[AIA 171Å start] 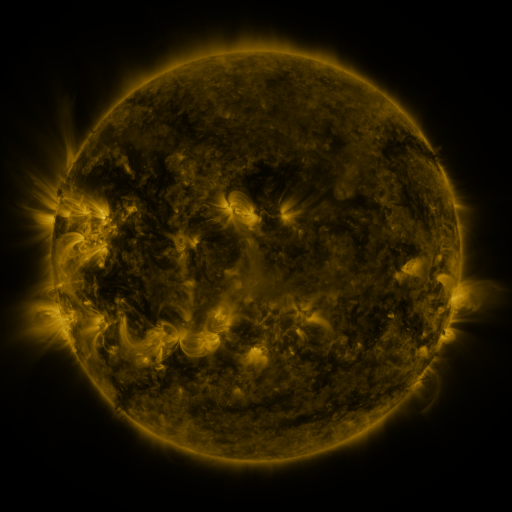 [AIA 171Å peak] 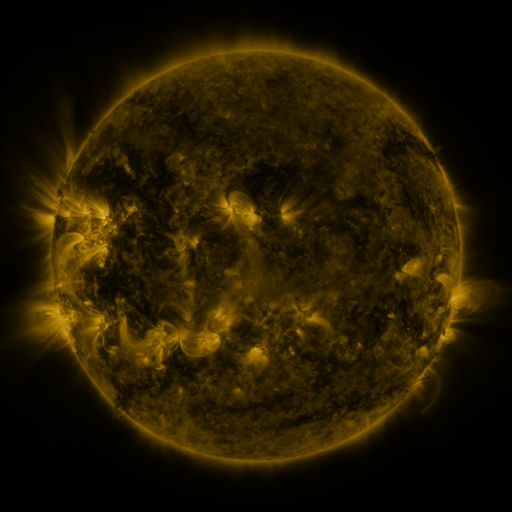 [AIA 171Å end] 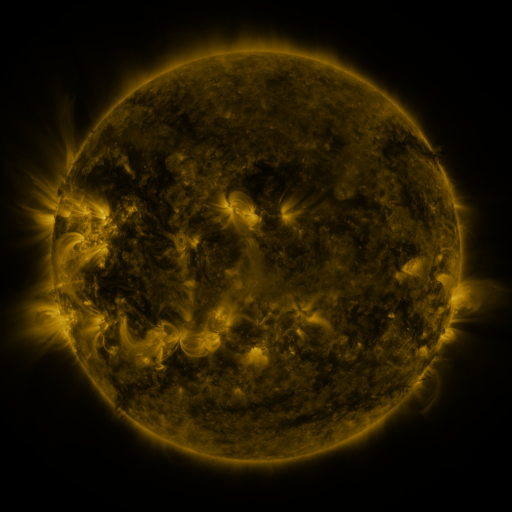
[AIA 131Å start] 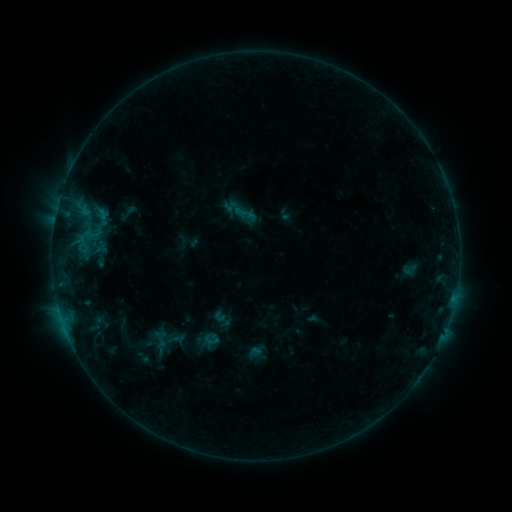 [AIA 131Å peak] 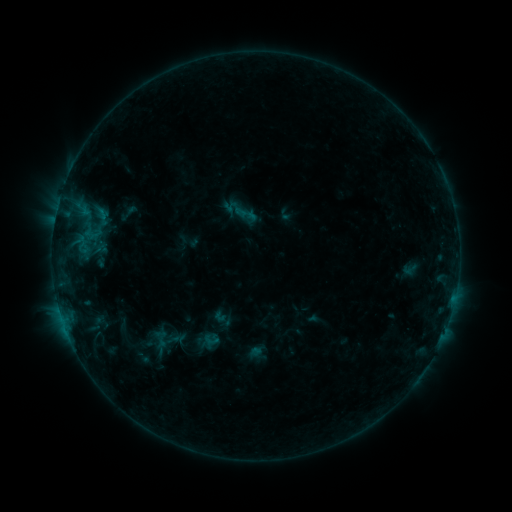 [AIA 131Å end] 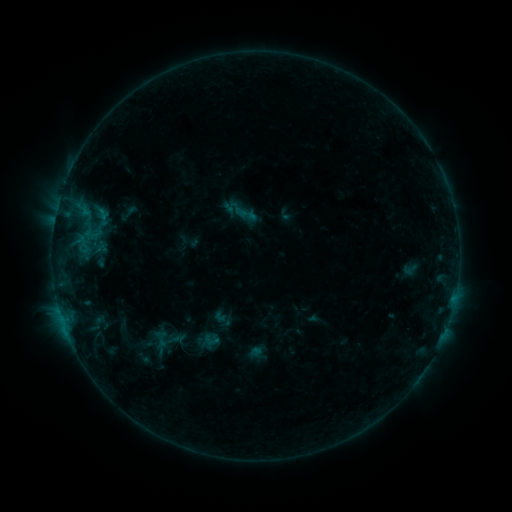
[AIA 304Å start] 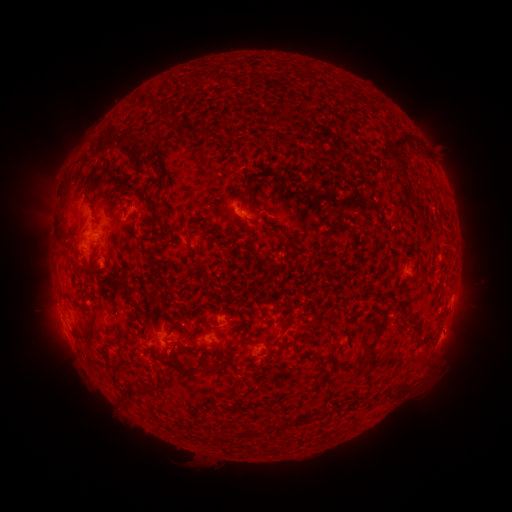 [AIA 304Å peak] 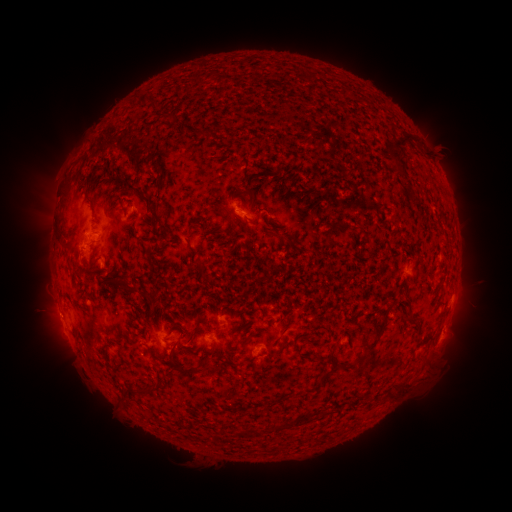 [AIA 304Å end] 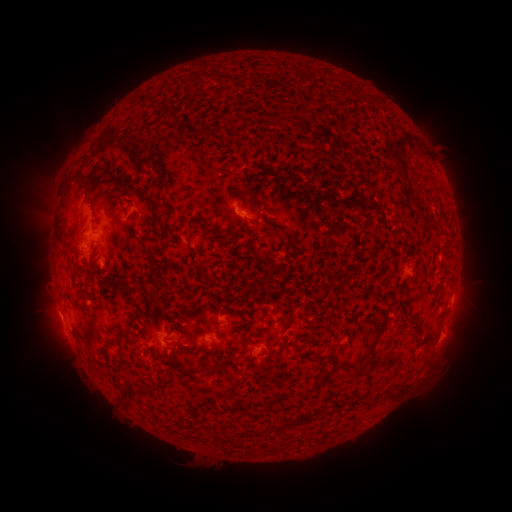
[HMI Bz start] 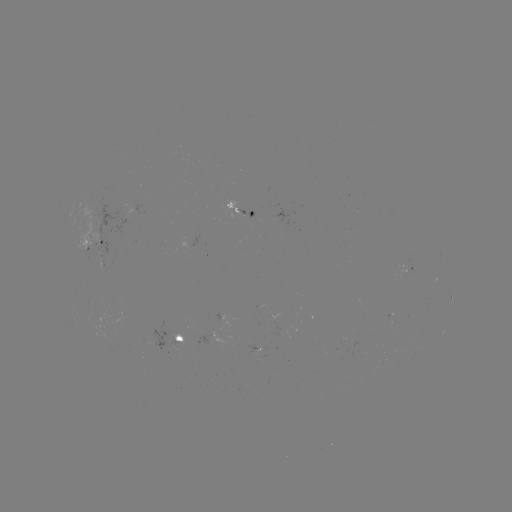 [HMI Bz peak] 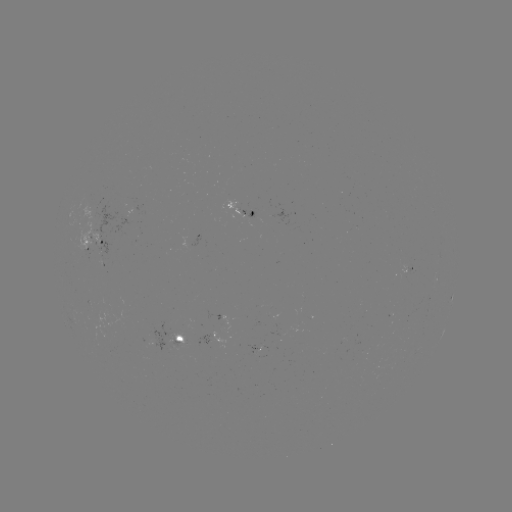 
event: eruption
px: (54, 316)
